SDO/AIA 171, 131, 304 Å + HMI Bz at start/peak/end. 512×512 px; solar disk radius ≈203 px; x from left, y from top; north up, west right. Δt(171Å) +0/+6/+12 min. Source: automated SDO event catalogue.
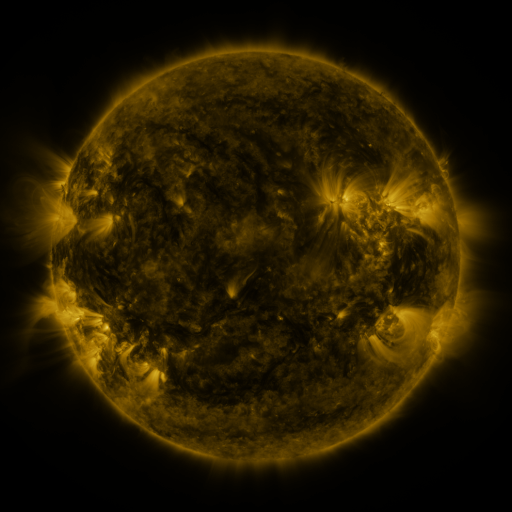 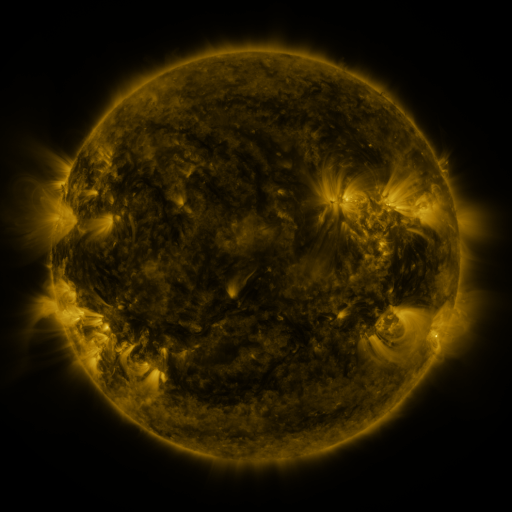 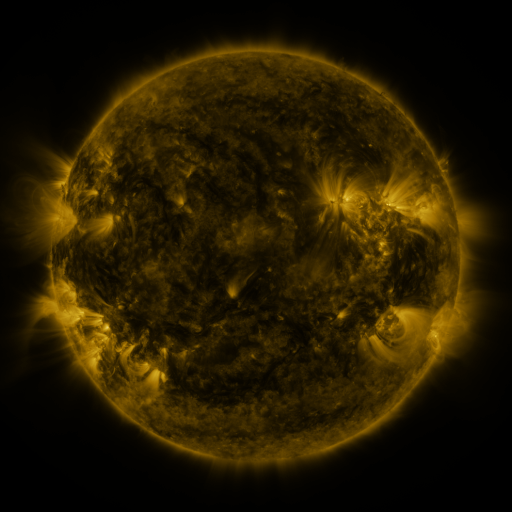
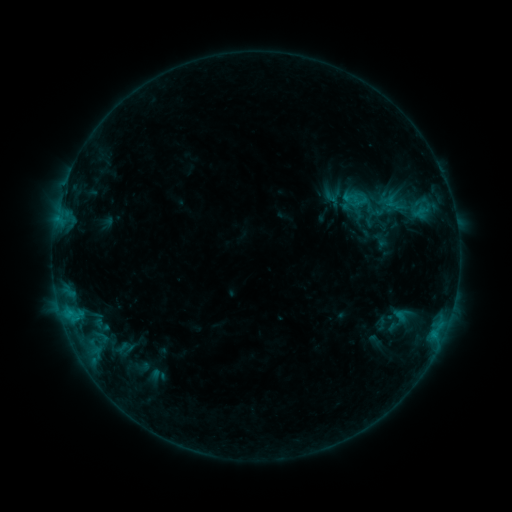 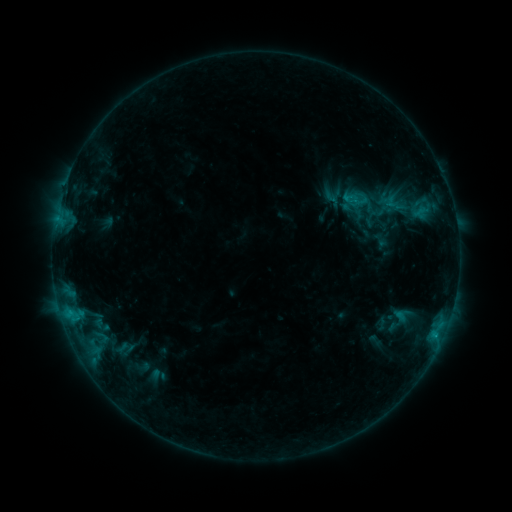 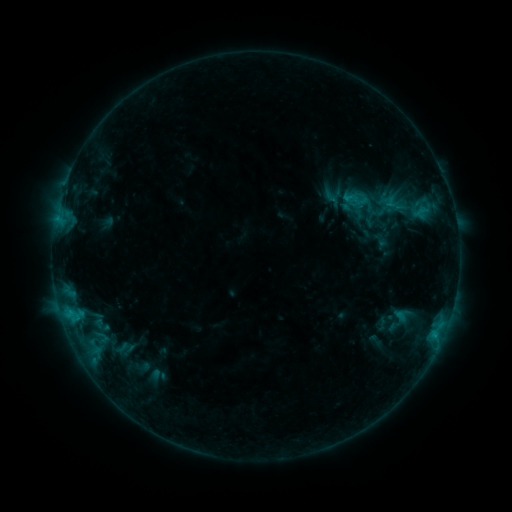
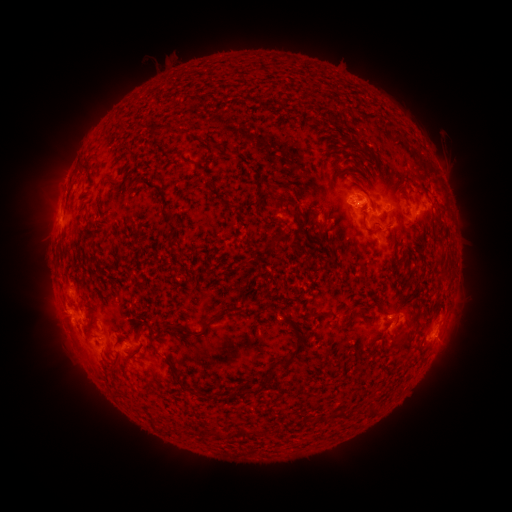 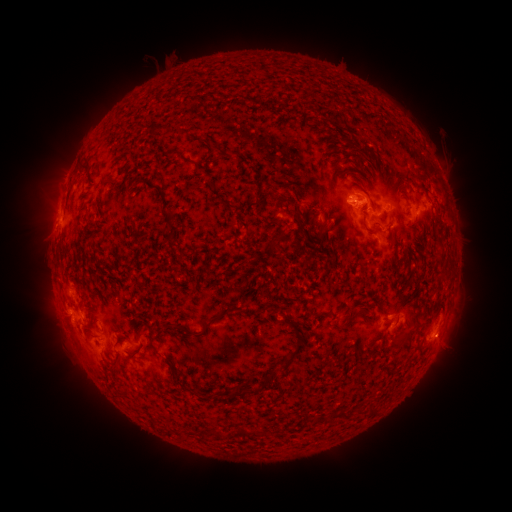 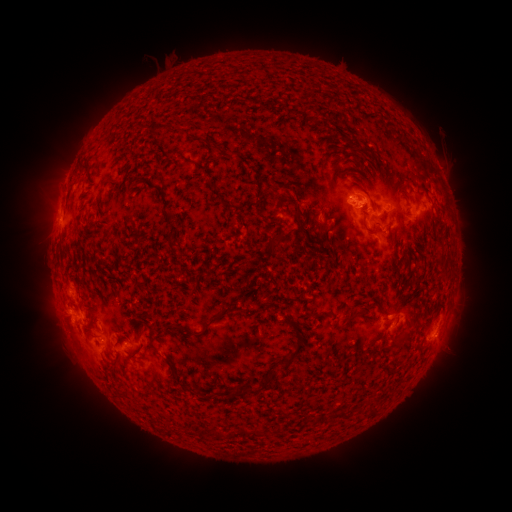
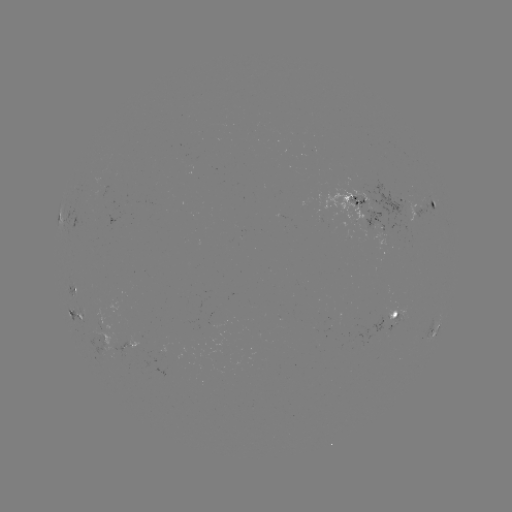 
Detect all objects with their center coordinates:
B8.7 flare: (435, 335)
